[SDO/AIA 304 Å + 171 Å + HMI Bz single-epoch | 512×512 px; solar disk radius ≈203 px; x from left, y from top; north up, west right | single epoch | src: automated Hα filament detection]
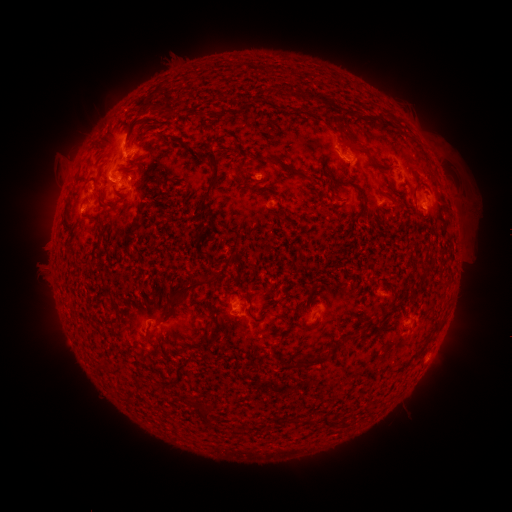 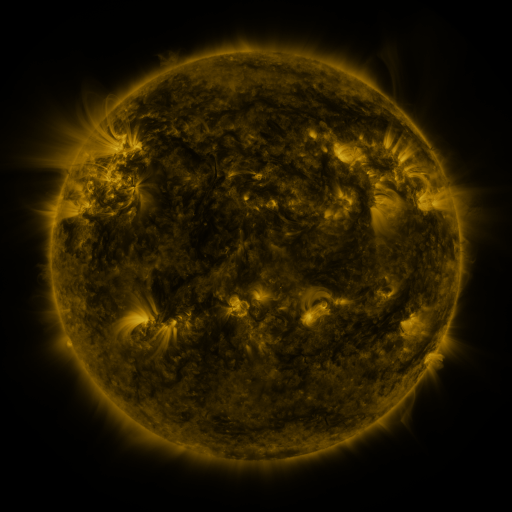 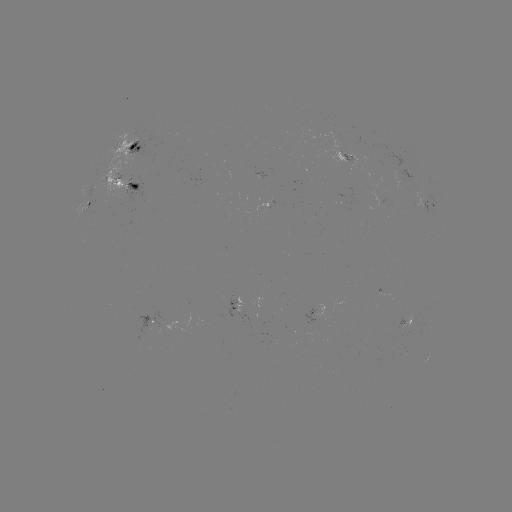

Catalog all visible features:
filament: (317, 96)
filament: (149, 105)
filament: (172, 111)
filament: (199, 114)
filament: (391, 117)
filament: (163, 136)
filament: (354, 140)
filament: (139, 163)
filament: (103, 165)
filament: (243, 168)
filament: (383, 168)
filament: (290, 169)
filament: (215, 176)
filament: (82, 178)
filament: (354, 187)
filament: (258, 190)
filament: (414, 192)
filament: (114, 204)
filament: (88, 217)
filament: (196, 238)
filament: (202, 281)
filament: (213, 320)
filament: (308, 362)
filament: (204, 413)
filament: (301, 421)
filament: (325, 421)
filament: (344, 423)
